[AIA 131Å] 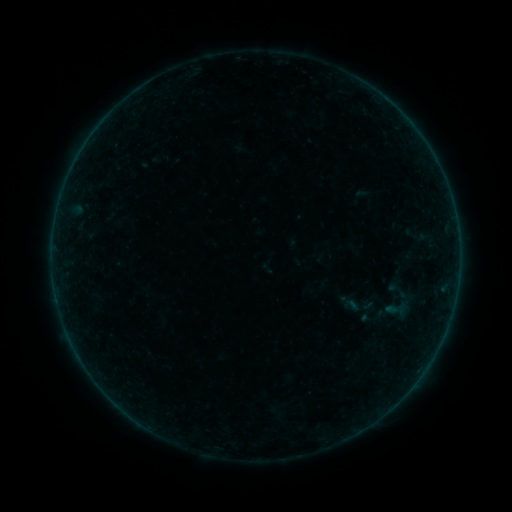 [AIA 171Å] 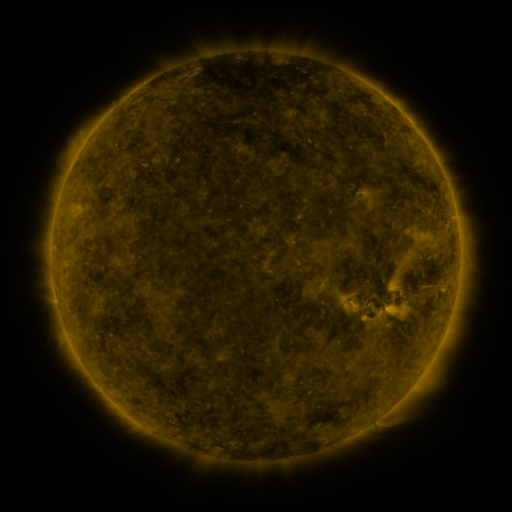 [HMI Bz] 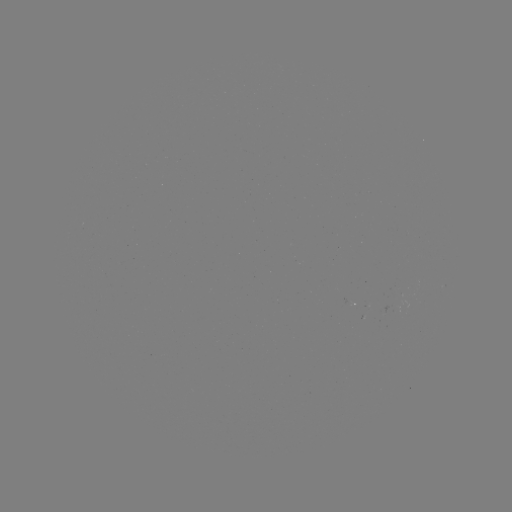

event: sigmoid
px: (351, 305)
